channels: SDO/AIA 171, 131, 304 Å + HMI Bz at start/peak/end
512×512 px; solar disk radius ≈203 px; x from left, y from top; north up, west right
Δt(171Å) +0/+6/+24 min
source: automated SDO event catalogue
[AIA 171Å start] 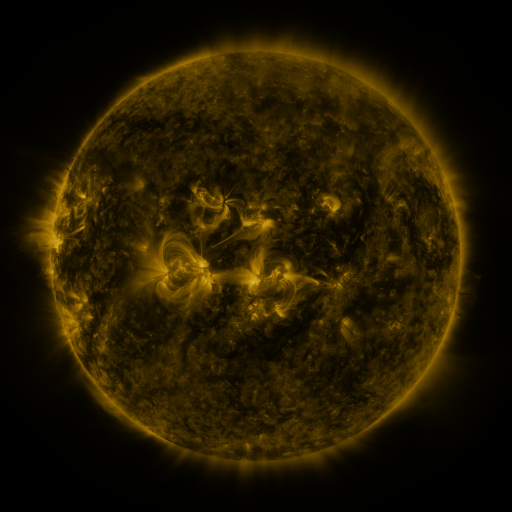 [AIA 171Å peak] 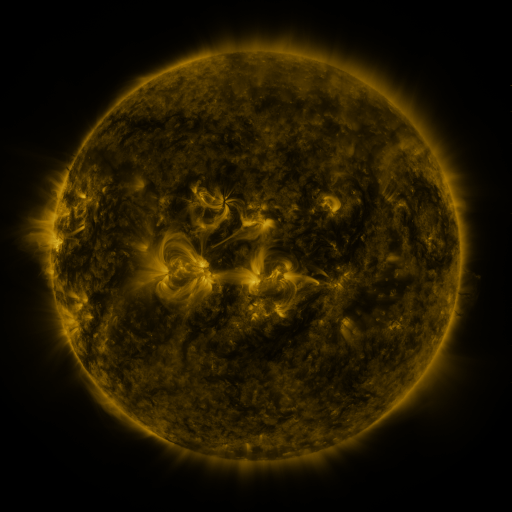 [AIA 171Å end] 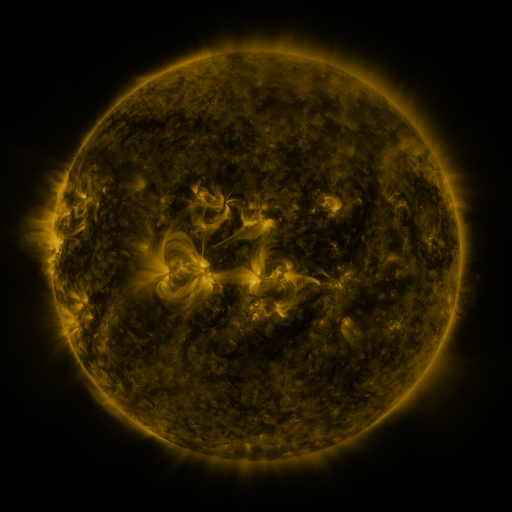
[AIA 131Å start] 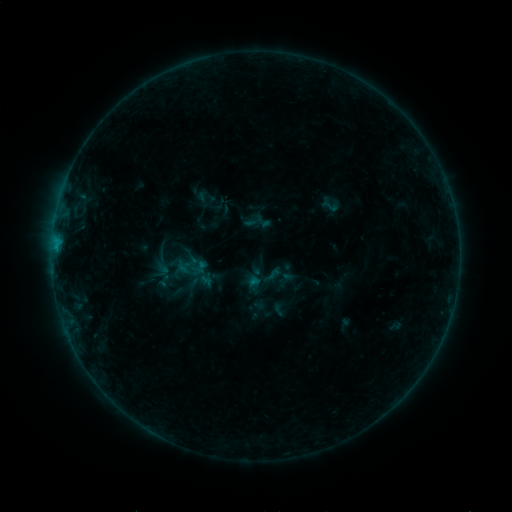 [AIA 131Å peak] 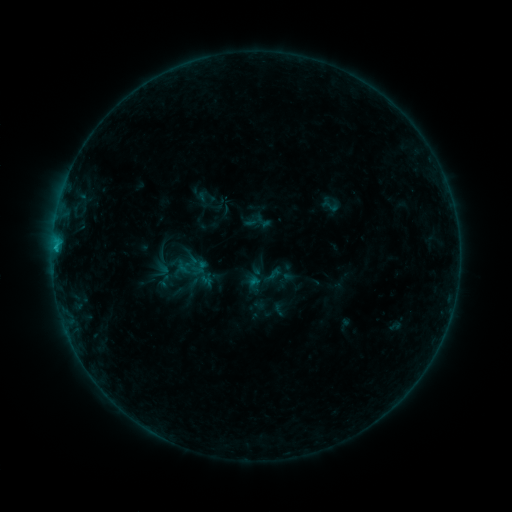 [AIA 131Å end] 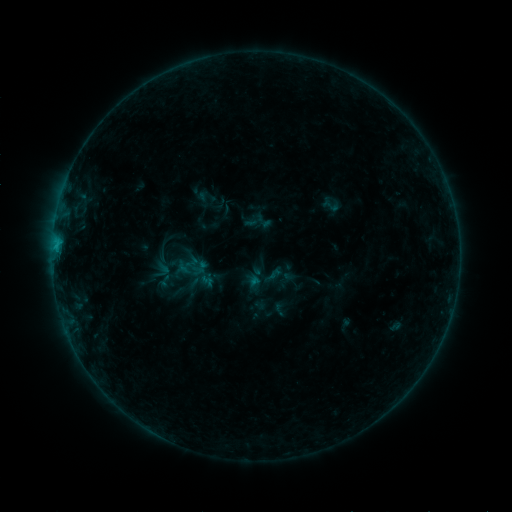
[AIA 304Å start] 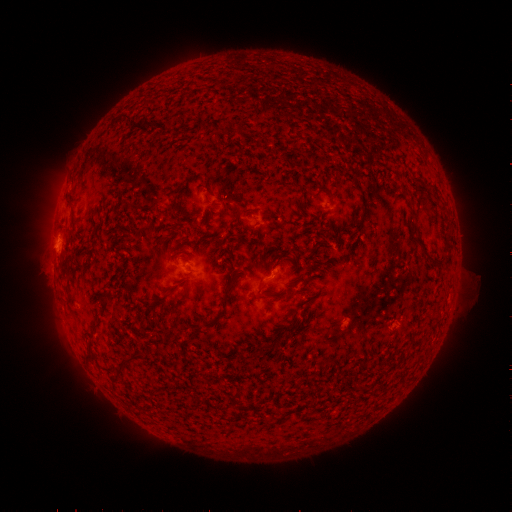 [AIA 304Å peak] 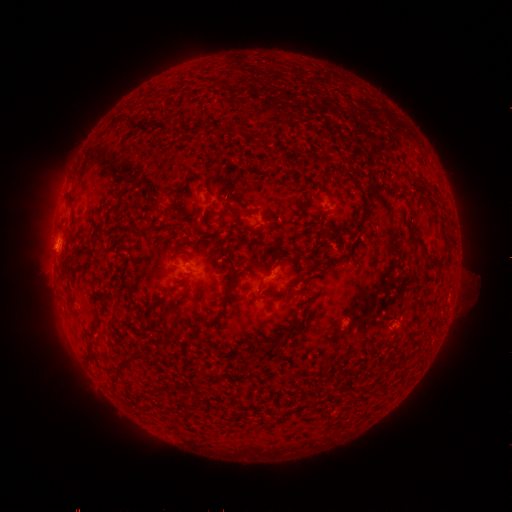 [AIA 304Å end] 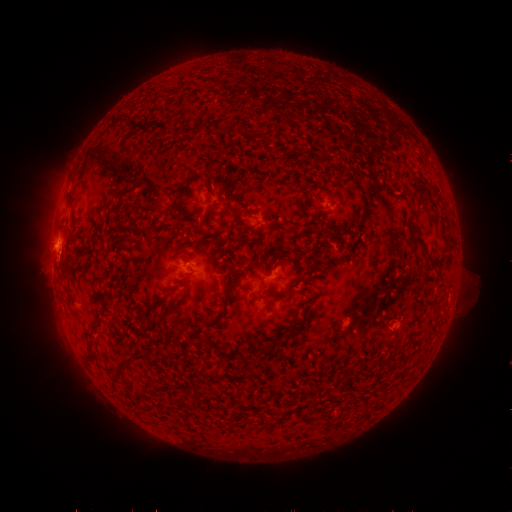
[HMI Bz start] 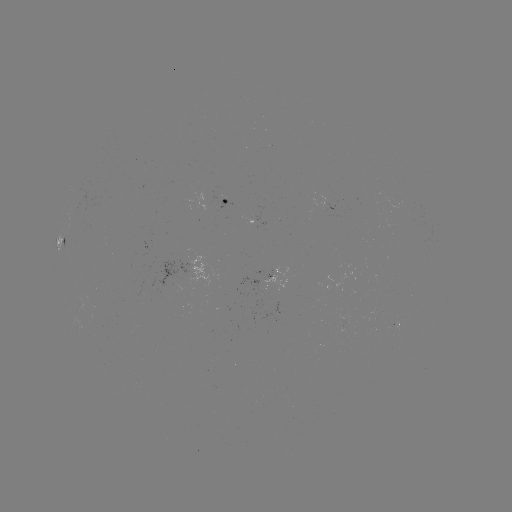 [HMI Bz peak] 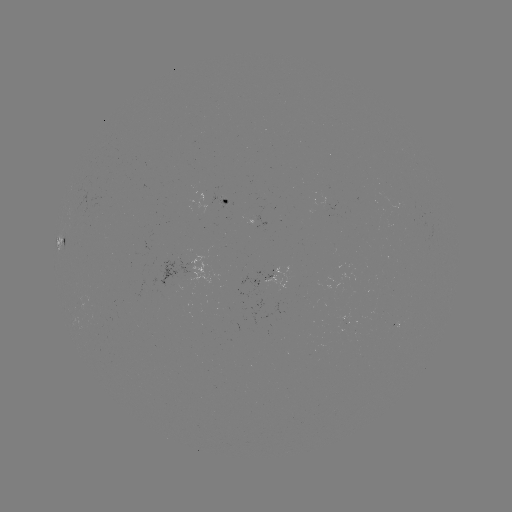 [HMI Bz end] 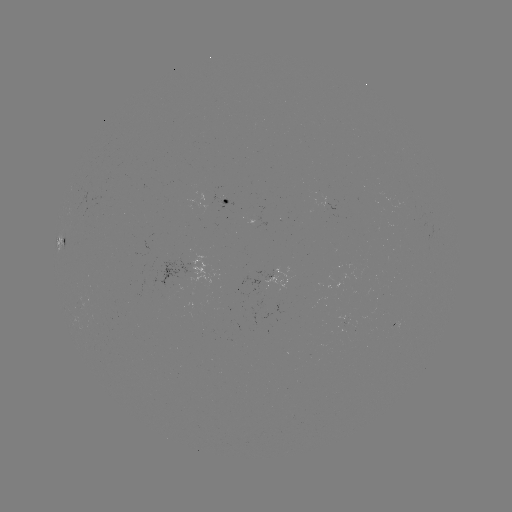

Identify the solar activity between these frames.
B5.8 flare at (56, 246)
